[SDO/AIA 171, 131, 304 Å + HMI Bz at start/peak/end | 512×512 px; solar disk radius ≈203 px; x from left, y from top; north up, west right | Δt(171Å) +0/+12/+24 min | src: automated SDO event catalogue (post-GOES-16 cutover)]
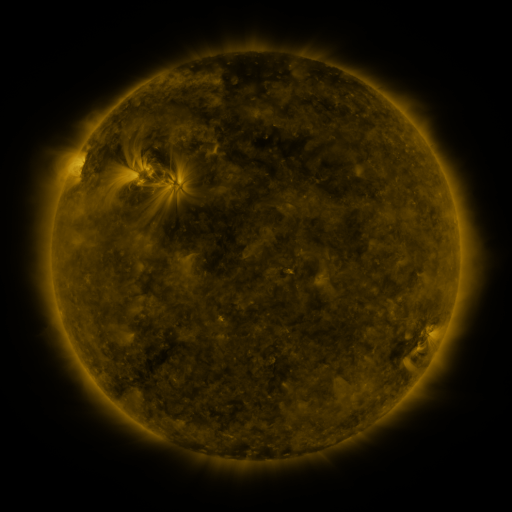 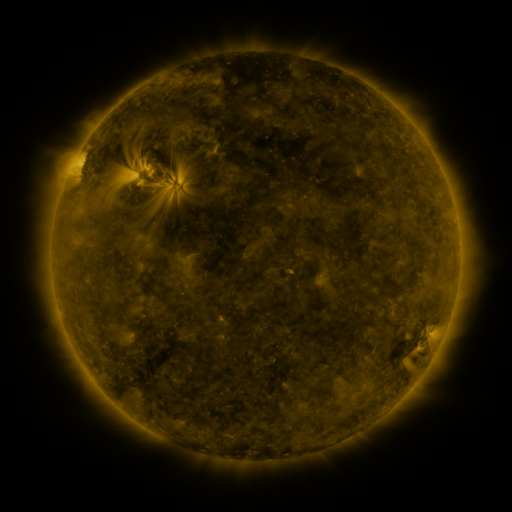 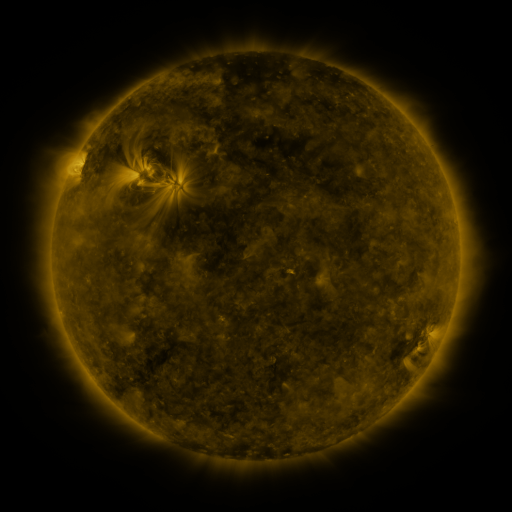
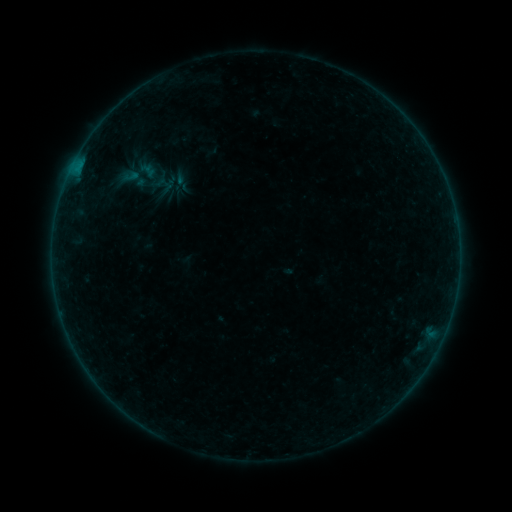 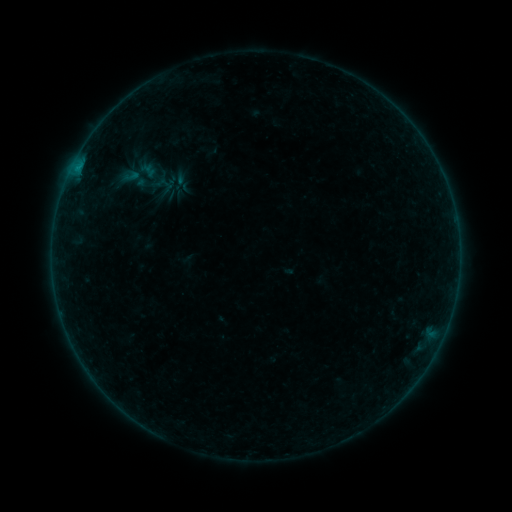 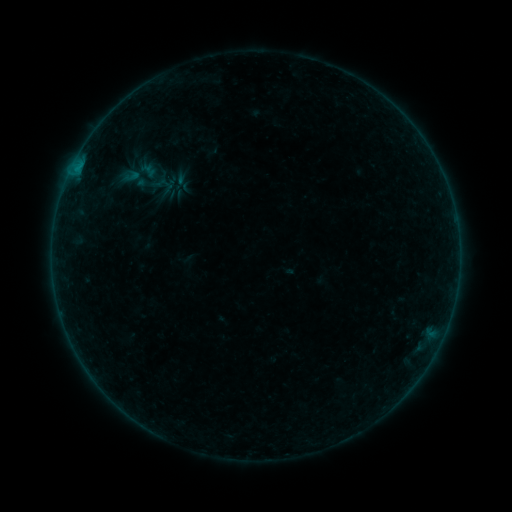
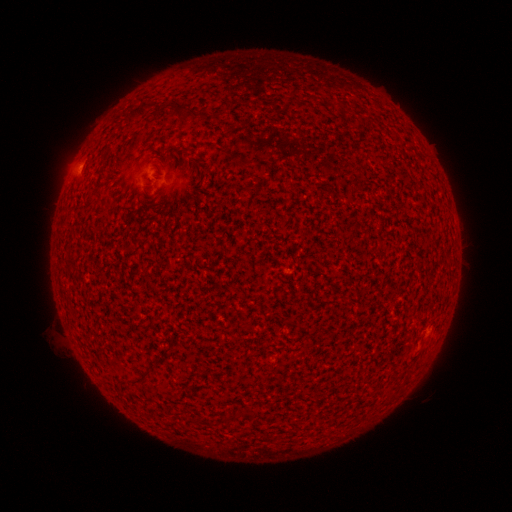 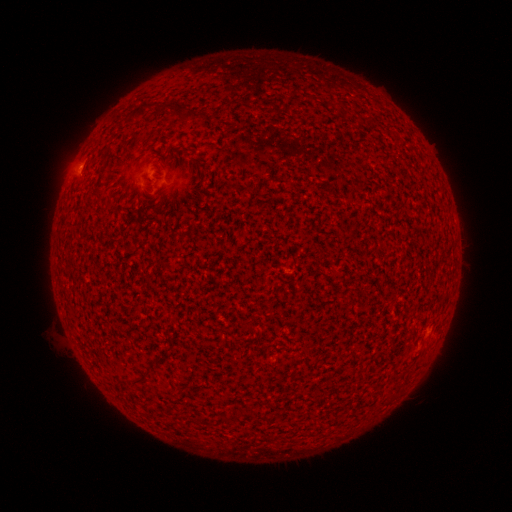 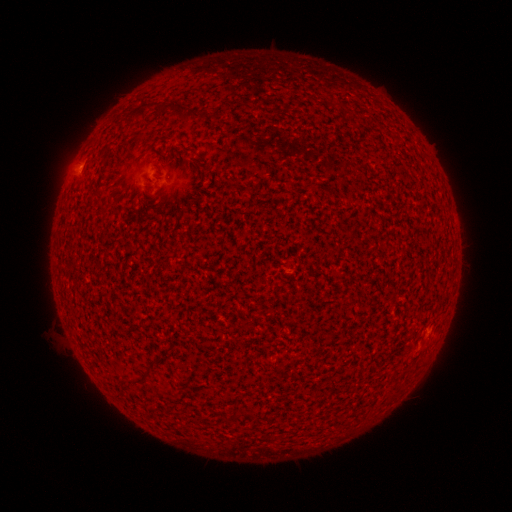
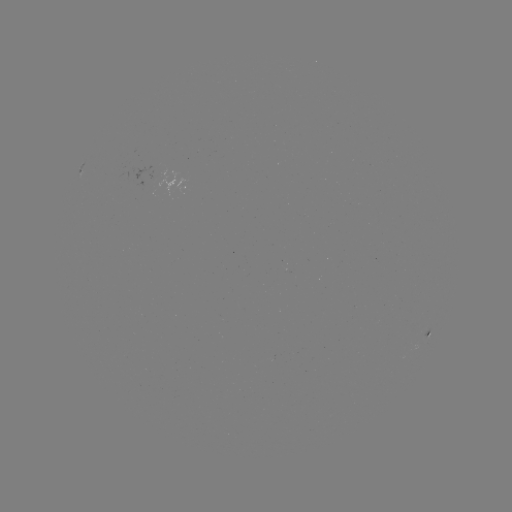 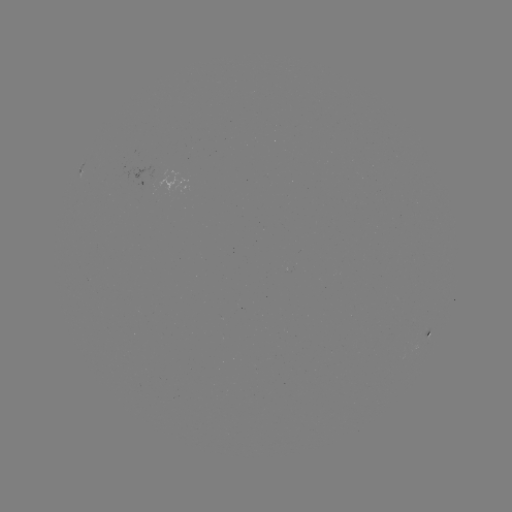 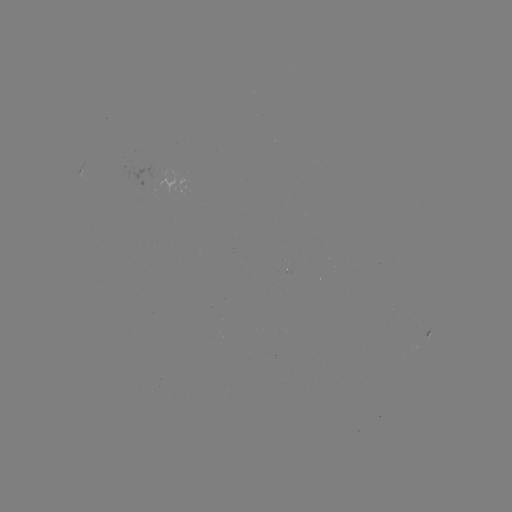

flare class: B1.9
